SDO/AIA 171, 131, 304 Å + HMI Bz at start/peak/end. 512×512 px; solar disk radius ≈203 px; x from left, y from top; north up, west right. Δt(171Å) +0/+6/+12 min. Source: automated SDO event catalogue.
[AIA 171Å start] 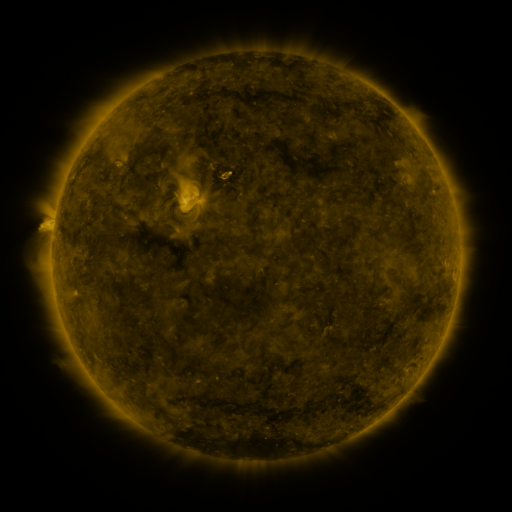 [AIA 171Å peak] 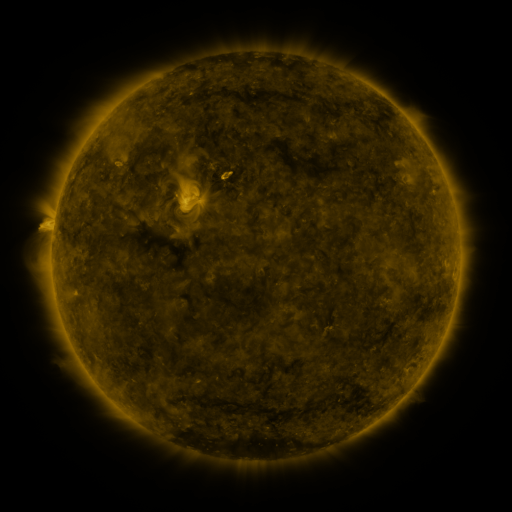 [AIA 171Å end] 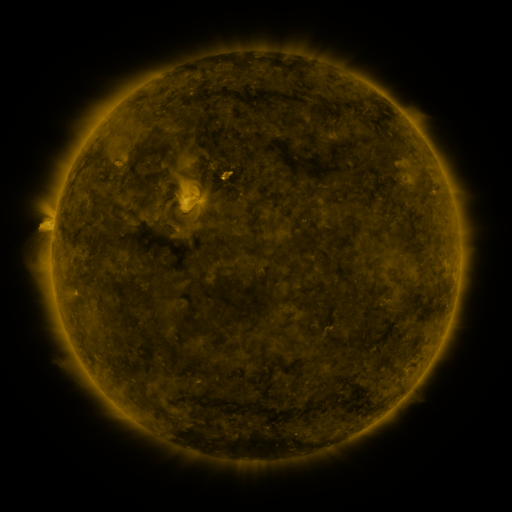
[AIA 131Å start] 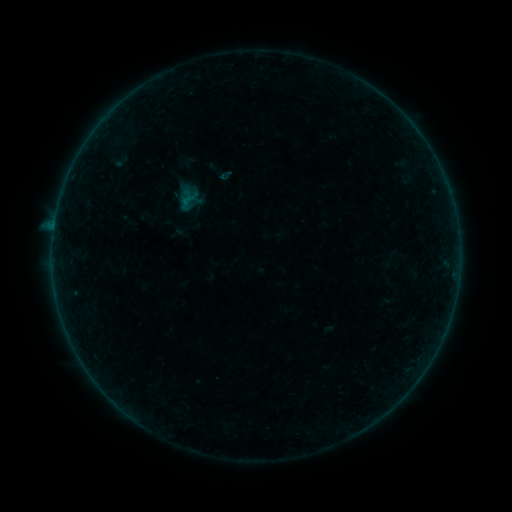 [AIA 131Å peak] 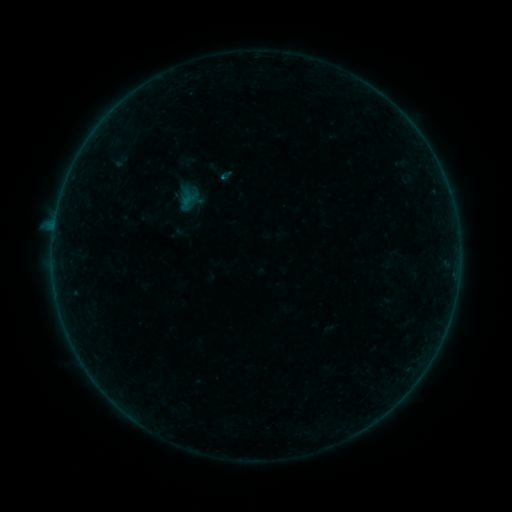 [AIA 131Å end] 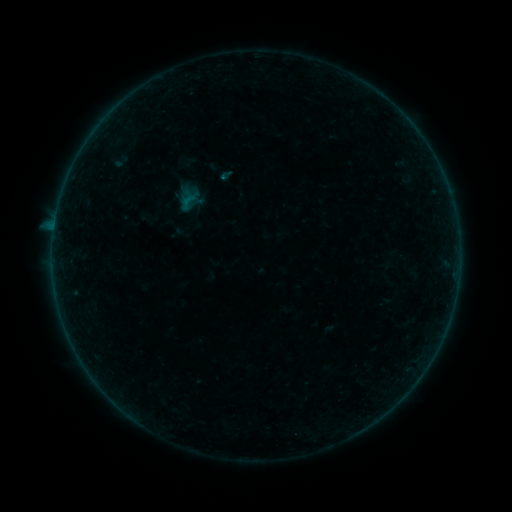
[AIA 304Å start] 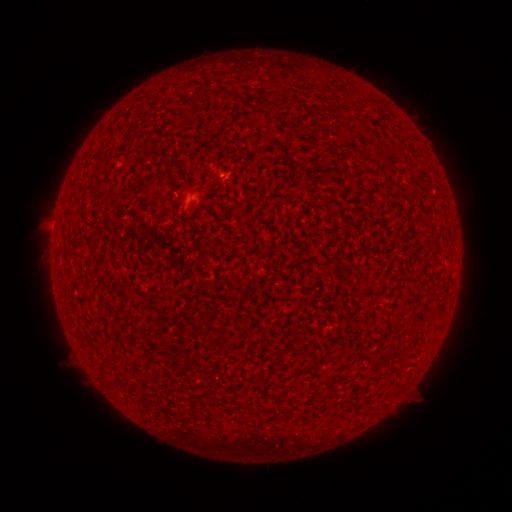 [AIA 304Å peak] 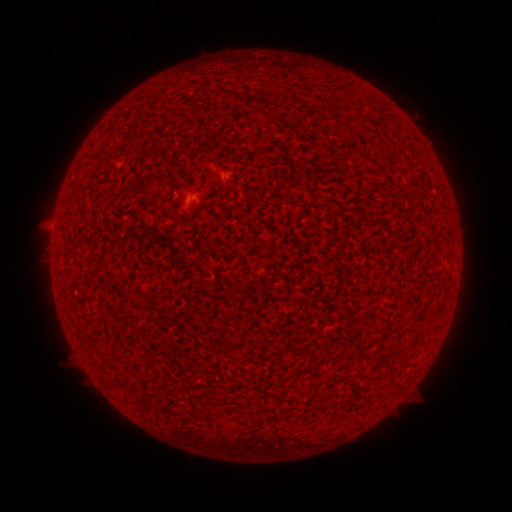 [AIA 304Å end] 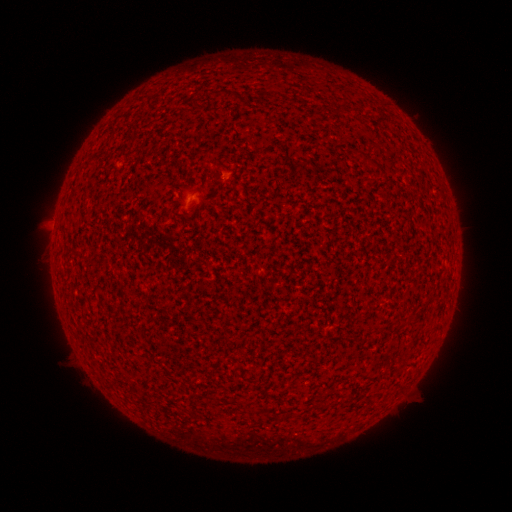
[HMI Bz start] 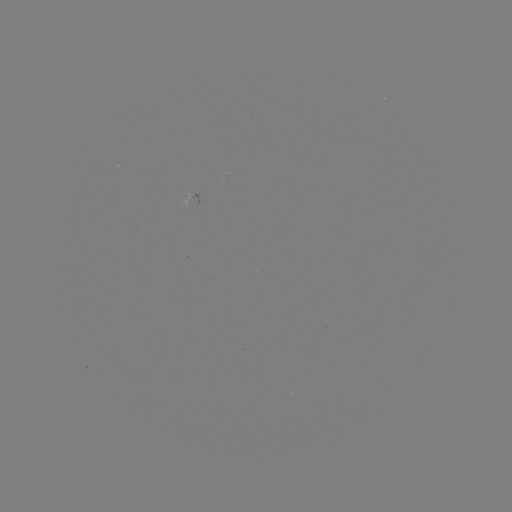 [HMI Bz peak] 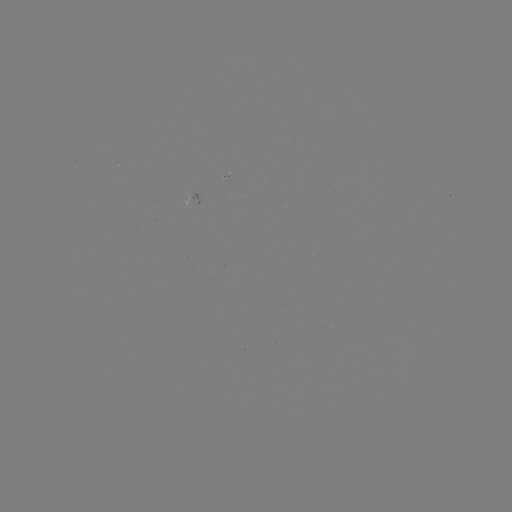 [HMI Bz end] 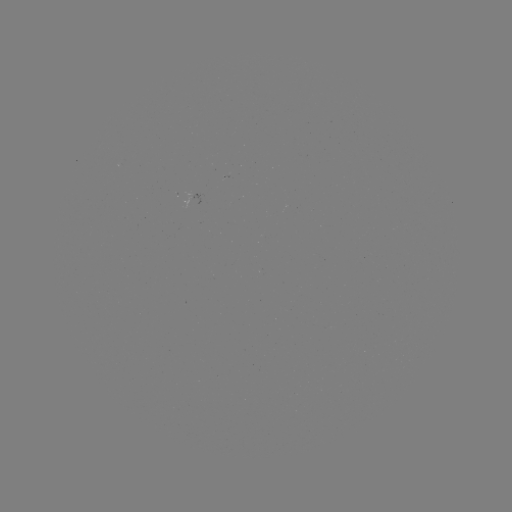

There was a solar flare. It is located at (225, 181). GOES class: A6.2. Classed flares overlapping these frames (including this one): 1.